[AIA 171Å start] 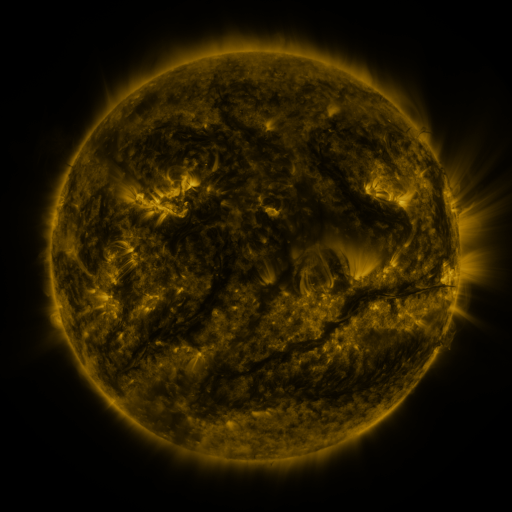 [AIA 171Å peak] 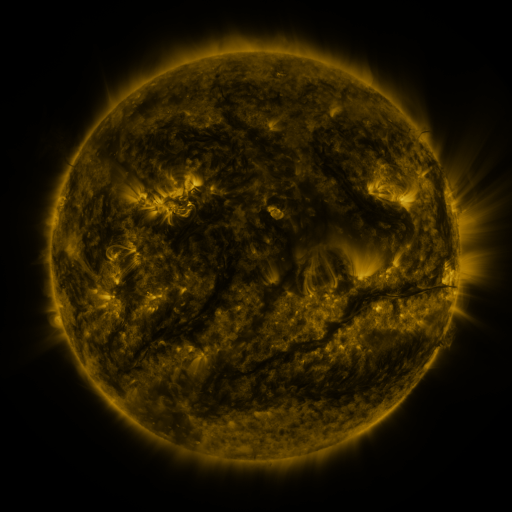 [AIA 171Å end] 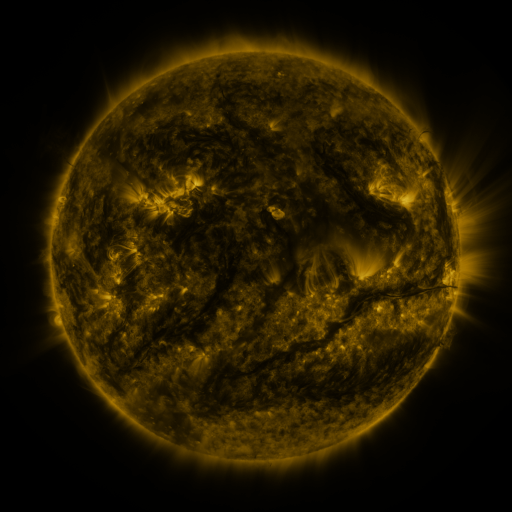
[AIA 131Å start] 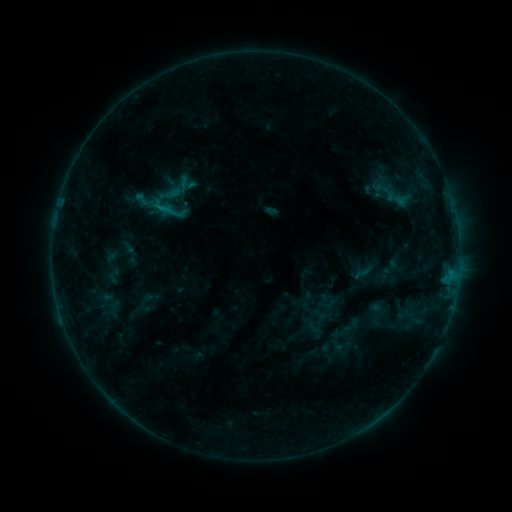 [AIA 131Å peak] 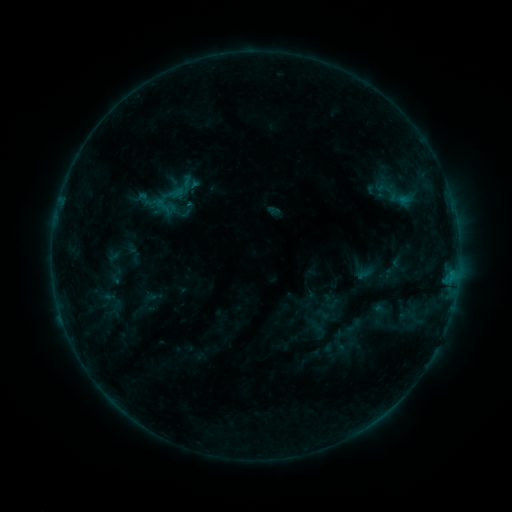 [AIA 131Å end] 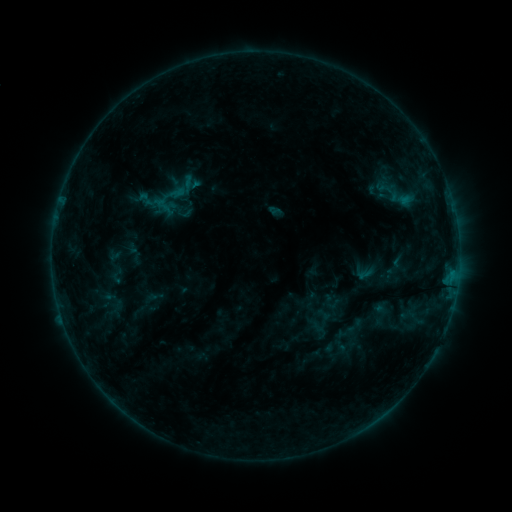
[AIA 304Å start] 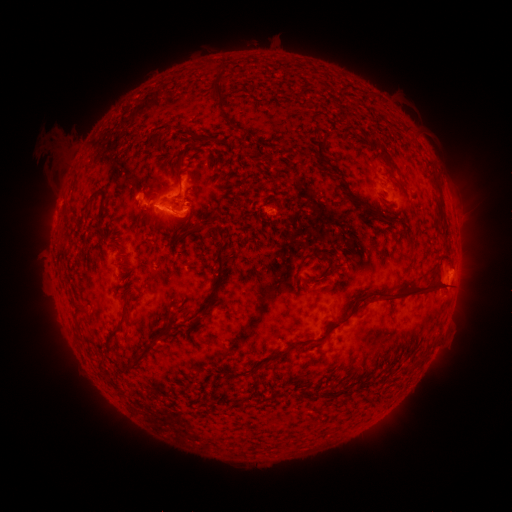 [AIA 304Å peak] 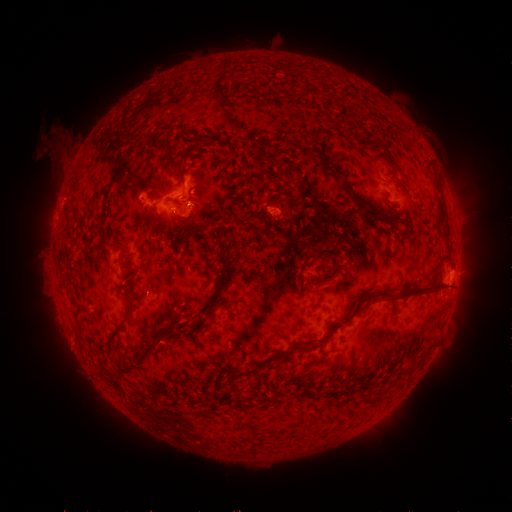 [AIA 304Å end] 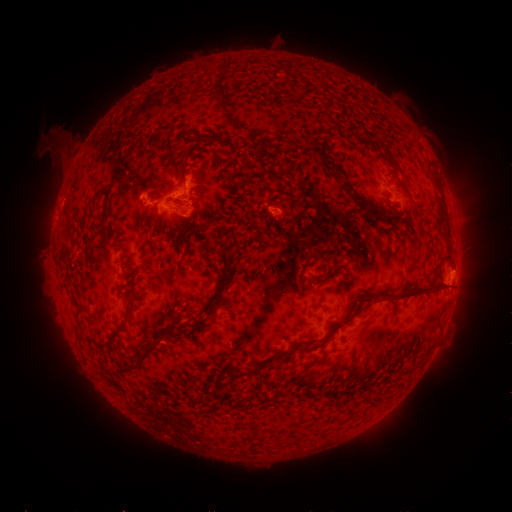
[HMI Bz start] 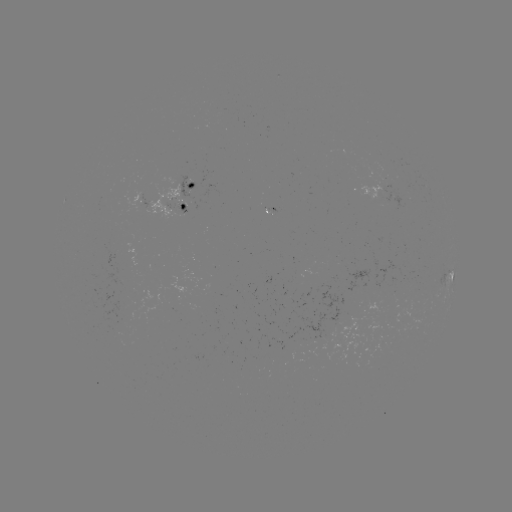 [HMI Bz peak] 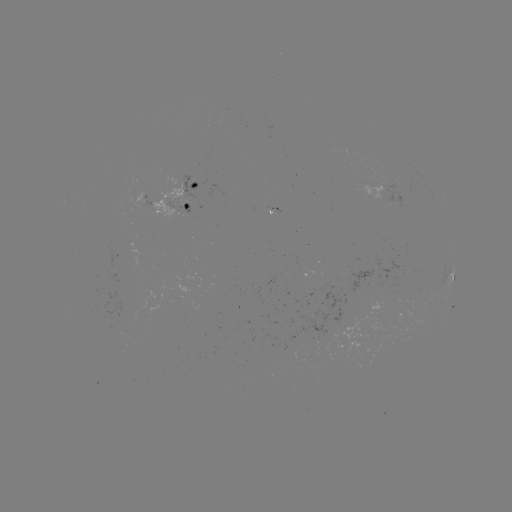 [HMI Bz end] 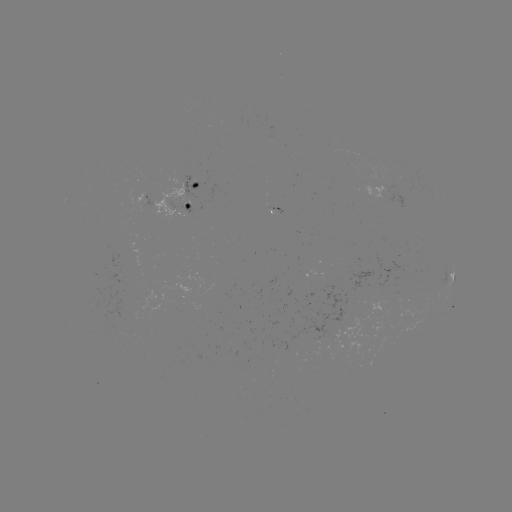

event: emerging-flux region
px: (145, 206)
